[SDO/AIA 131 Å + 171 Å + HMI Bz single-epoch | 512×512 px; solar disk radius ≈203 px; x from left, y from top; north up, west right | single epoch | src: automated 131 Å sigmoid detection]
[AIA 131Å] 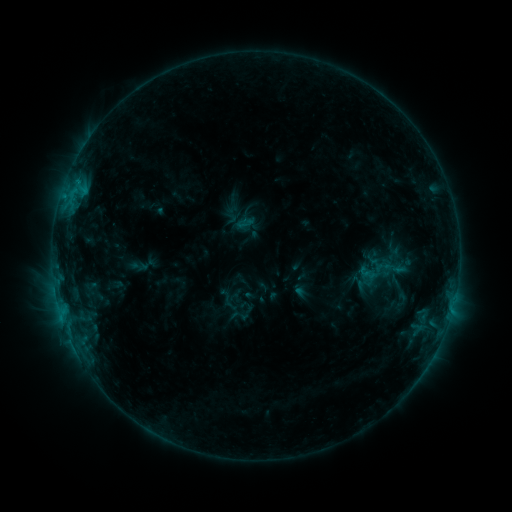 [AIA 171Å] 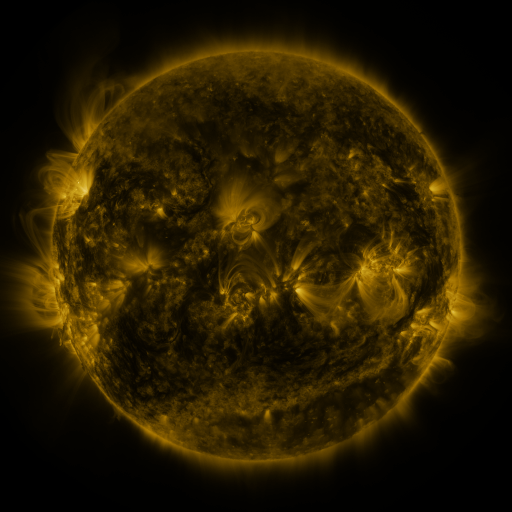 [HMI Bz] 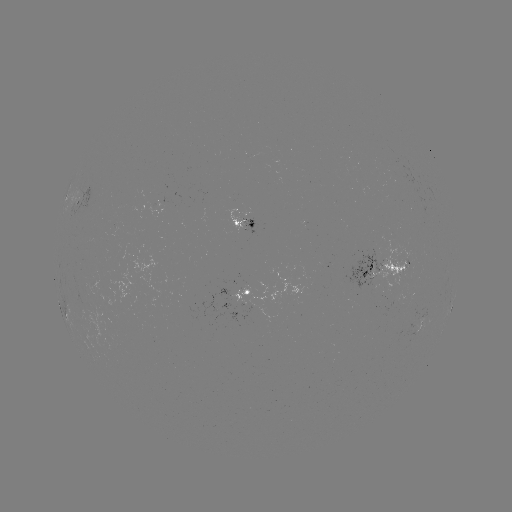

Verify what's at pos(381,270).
sigmoid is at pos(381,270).